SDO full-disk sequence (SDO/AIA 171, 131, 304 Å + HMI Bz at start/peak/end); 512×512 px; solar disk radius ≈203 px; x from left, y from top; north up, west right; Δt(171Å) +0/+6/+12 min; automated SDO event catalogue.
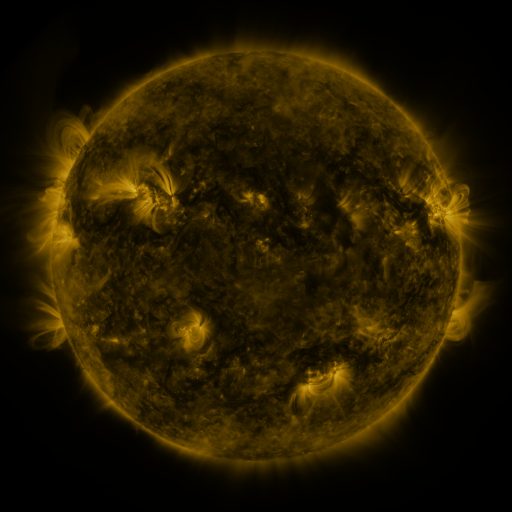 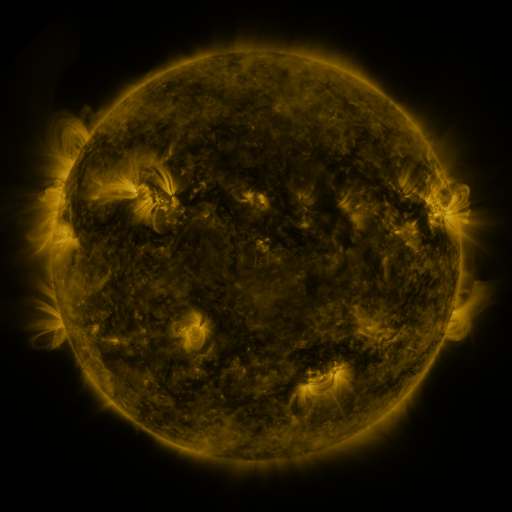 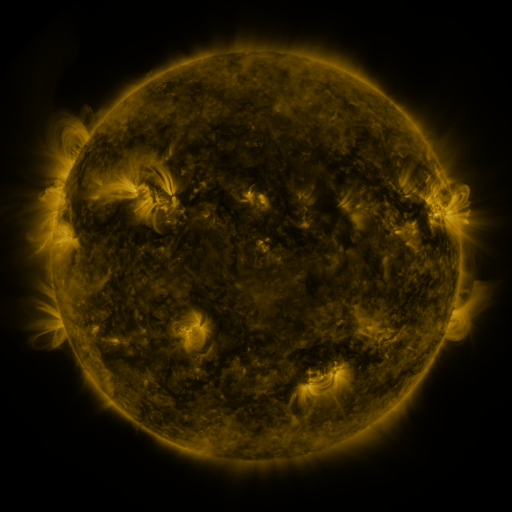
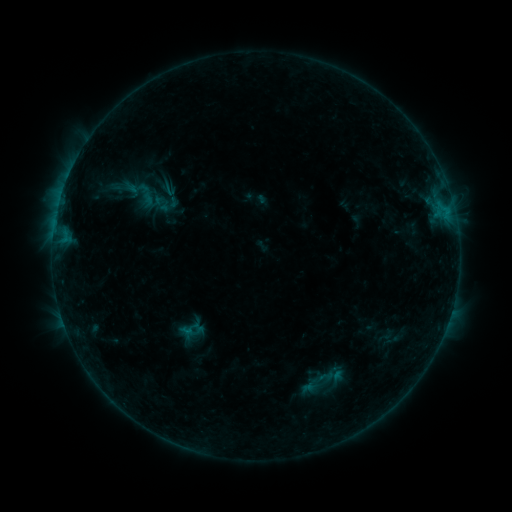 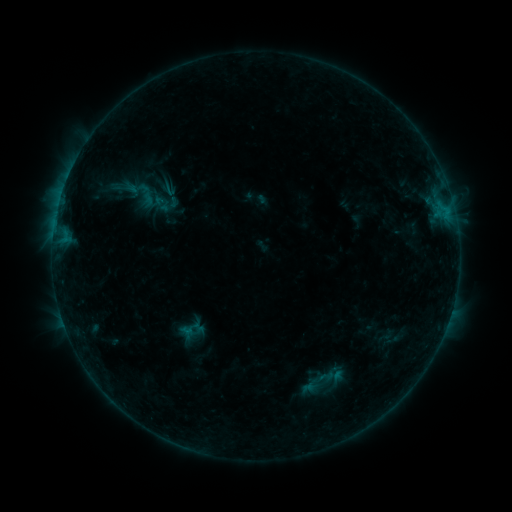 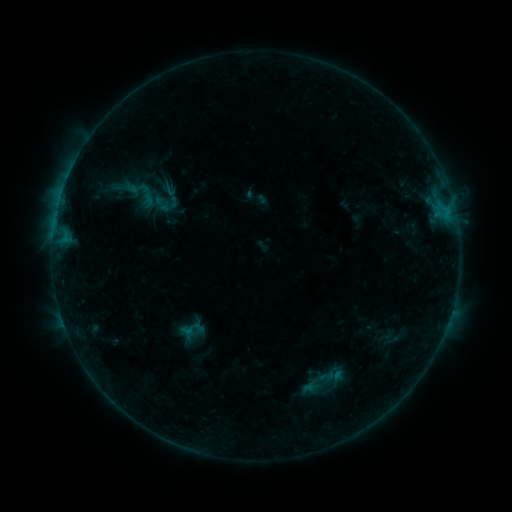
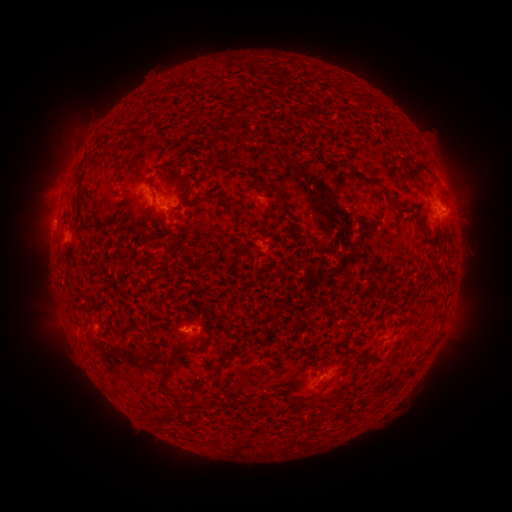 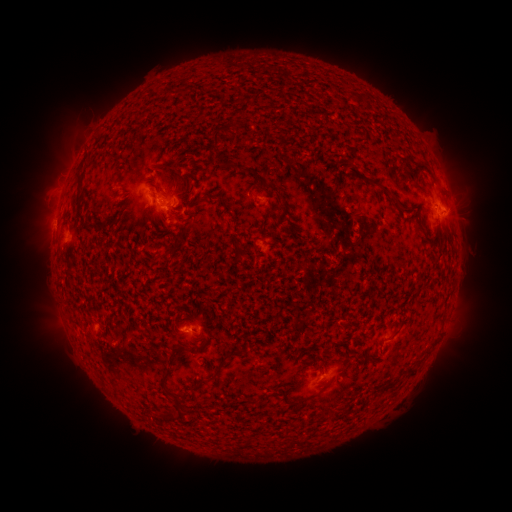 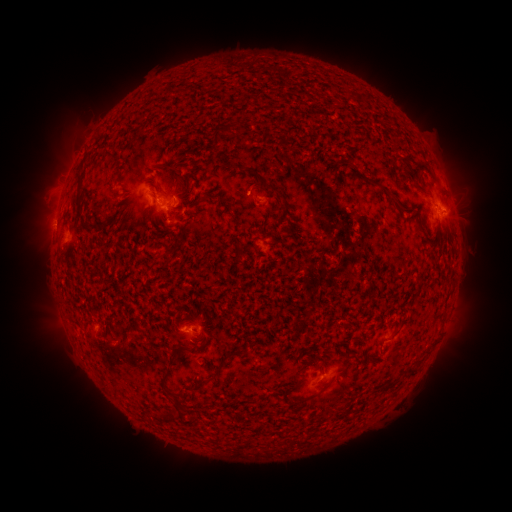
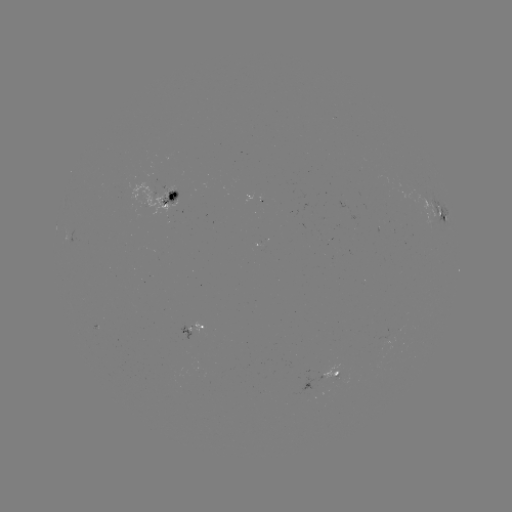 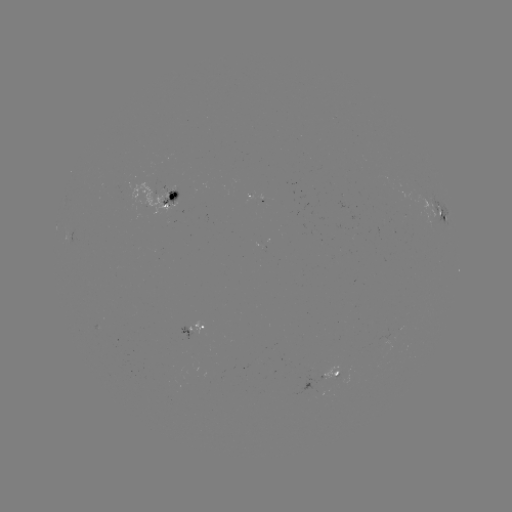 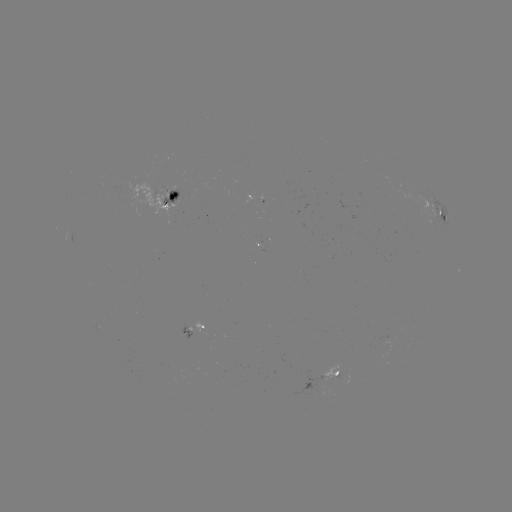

no flare in any classed list; no EUV-trigger detection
